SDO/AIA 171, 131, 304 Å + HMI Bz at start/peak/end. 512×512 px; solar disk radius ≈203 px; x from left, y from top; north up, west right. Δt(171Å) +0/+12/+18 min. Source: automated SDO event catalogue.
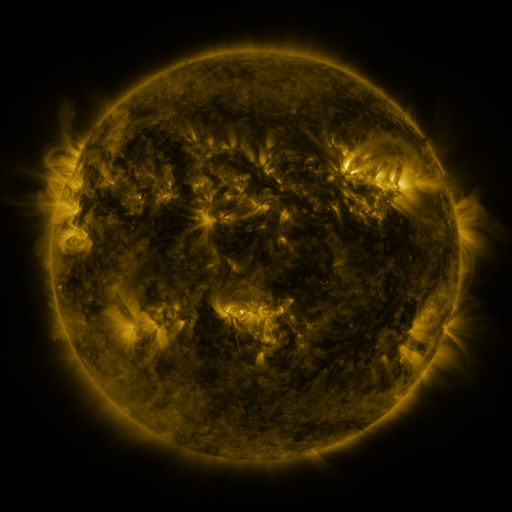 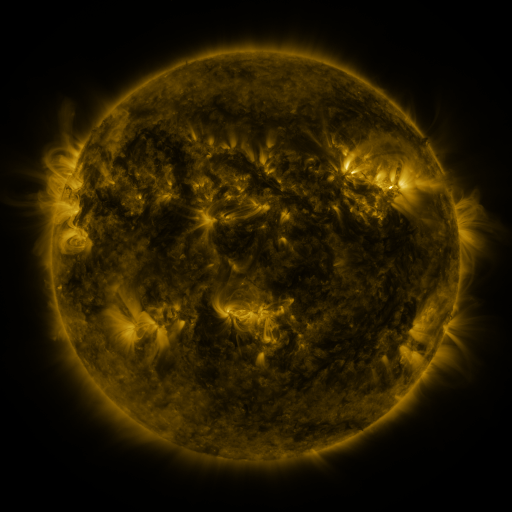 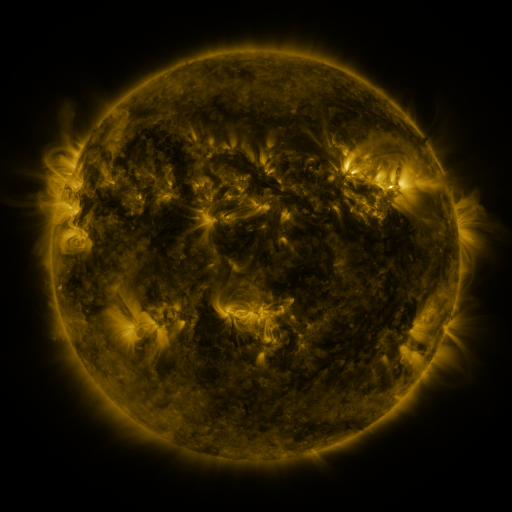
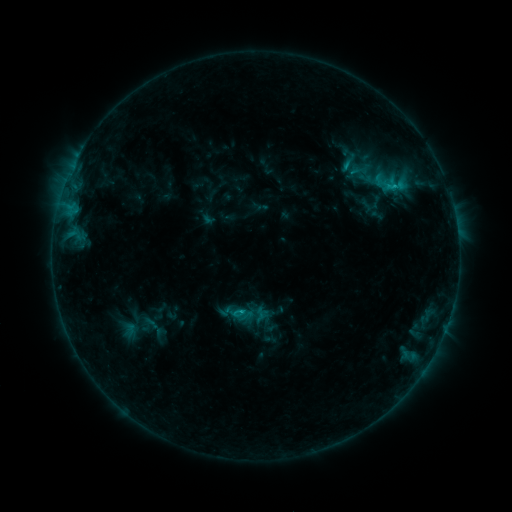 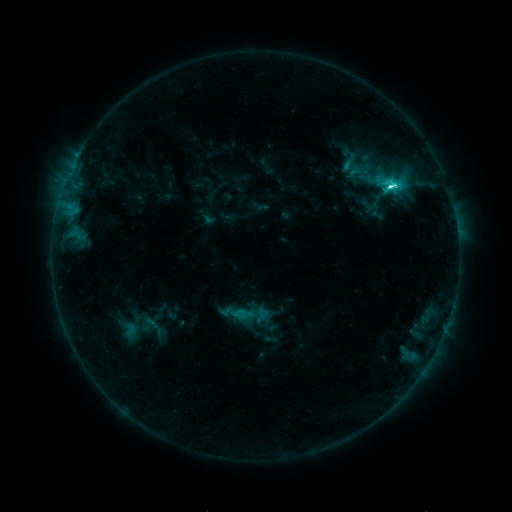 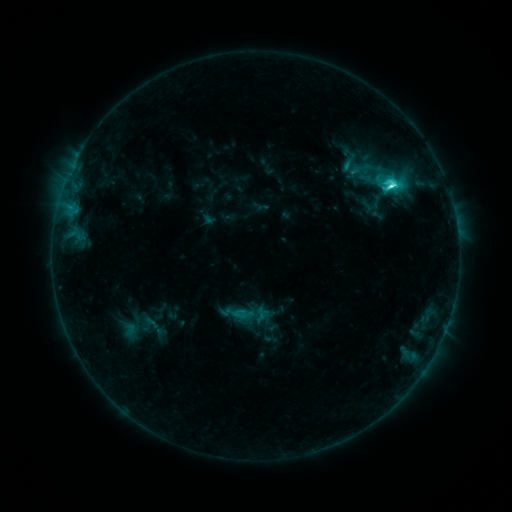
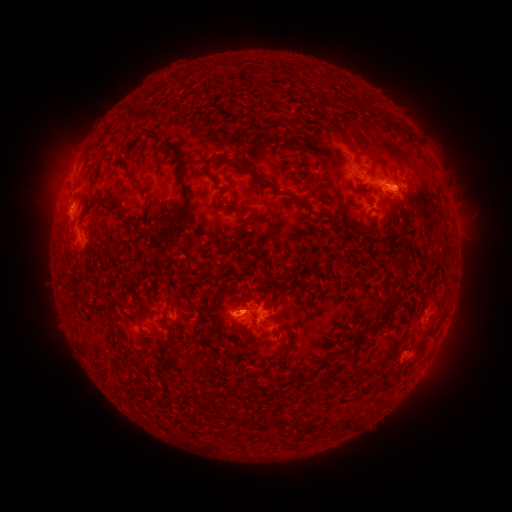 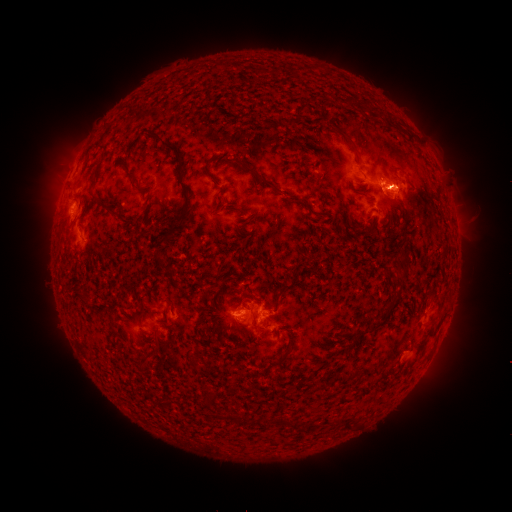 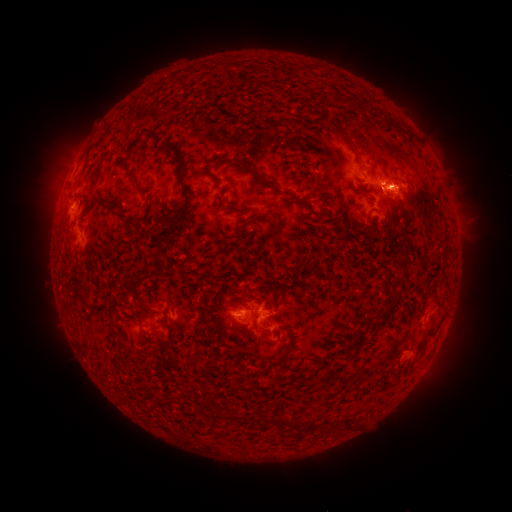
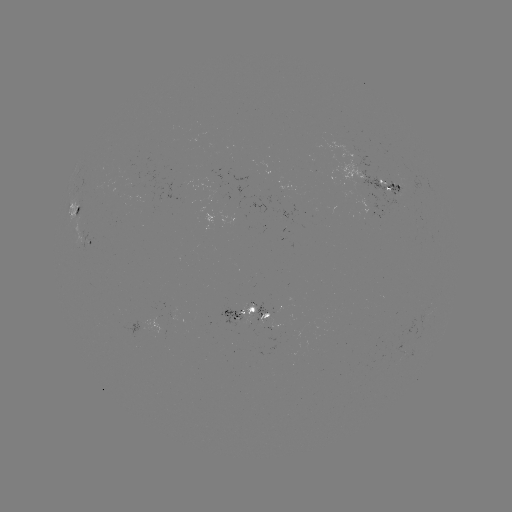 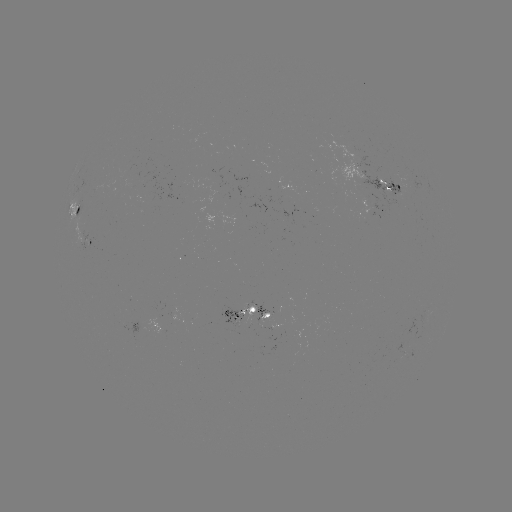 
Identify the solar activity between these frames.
C6.2 flare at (390, 189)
